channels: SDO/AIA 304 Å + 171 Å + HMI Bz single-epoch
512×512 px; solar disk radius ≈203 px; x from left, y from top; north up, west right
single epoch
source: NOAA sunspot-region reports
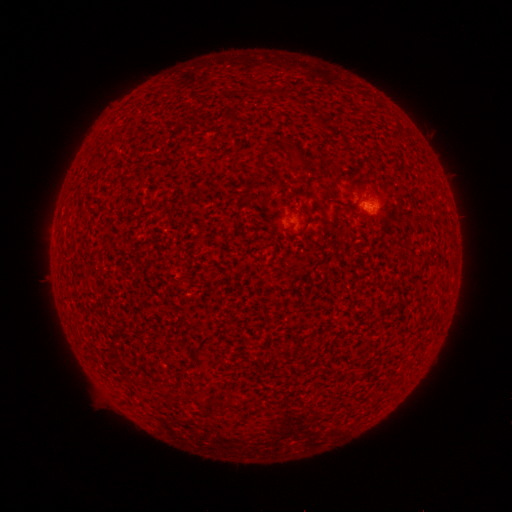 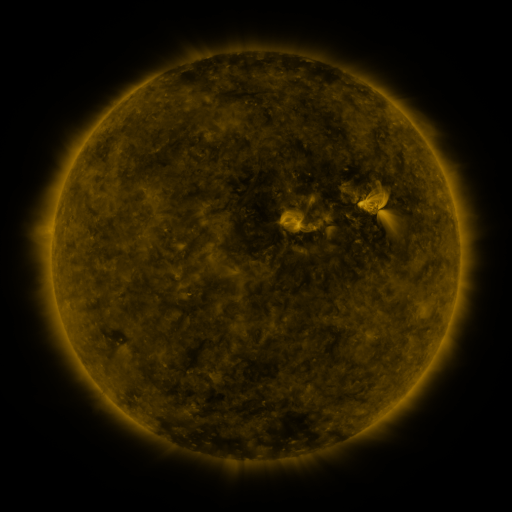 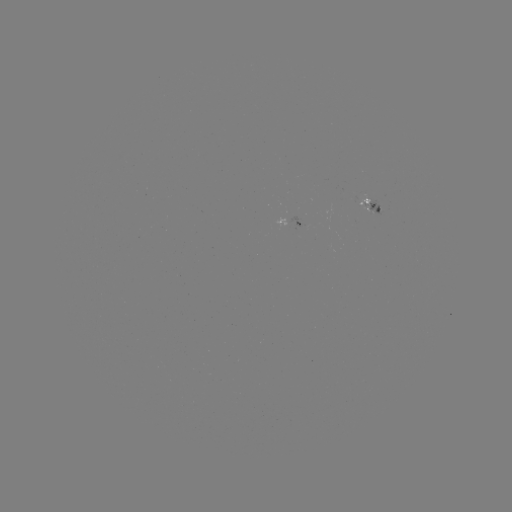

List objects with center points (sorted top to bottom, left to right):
(none)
